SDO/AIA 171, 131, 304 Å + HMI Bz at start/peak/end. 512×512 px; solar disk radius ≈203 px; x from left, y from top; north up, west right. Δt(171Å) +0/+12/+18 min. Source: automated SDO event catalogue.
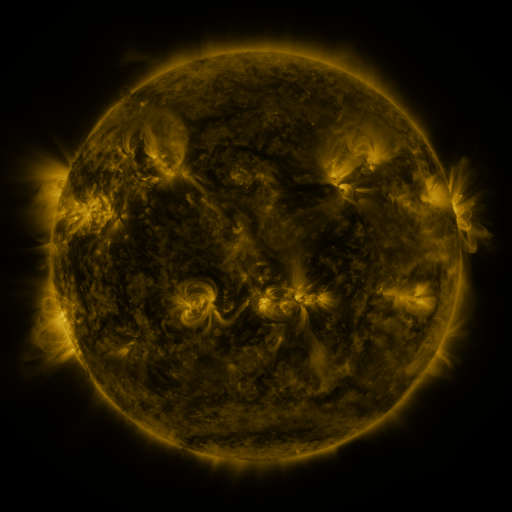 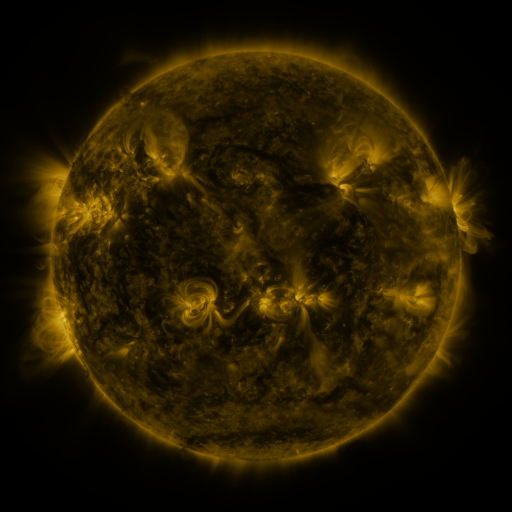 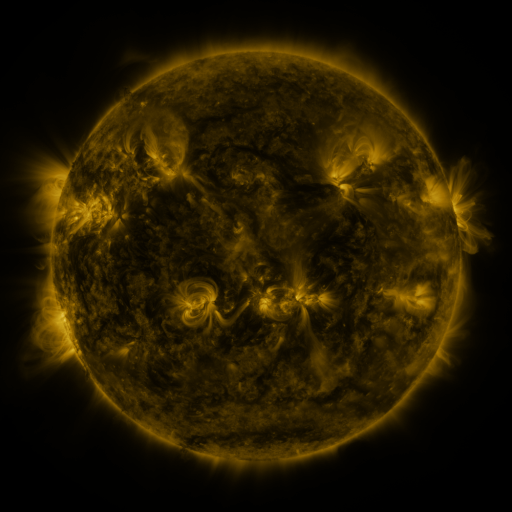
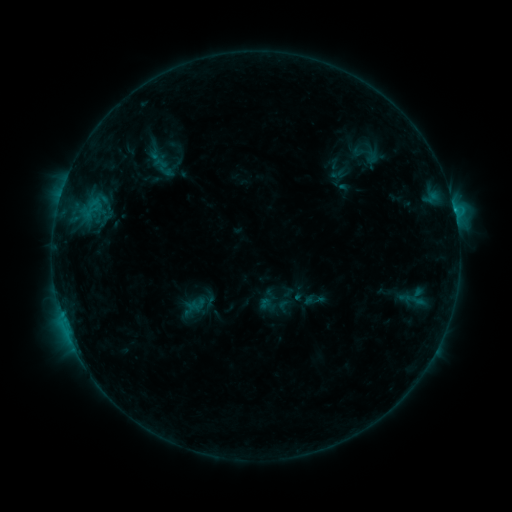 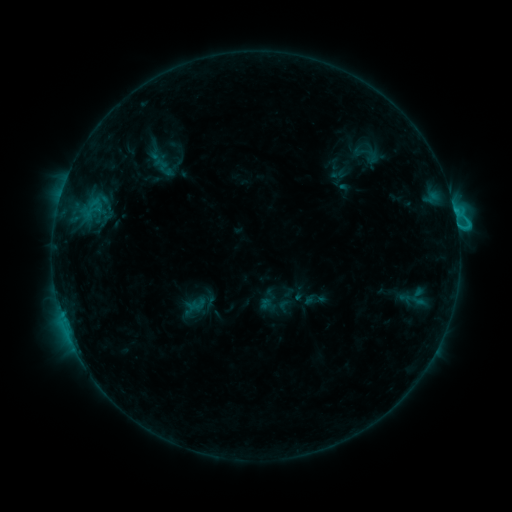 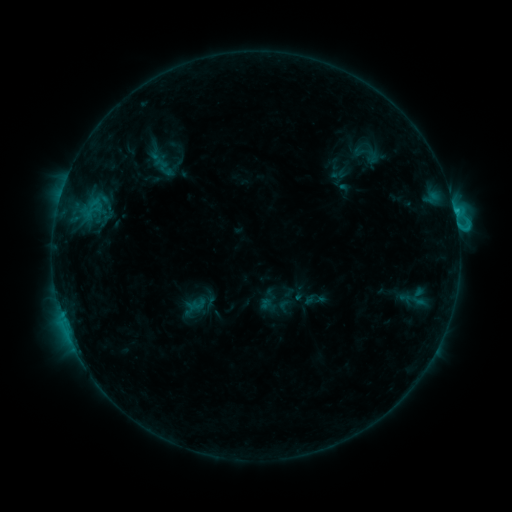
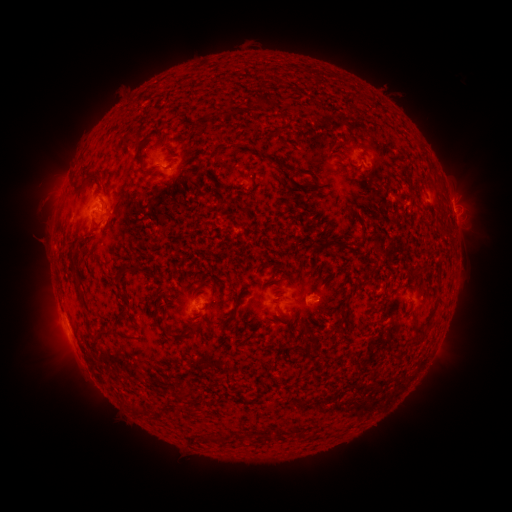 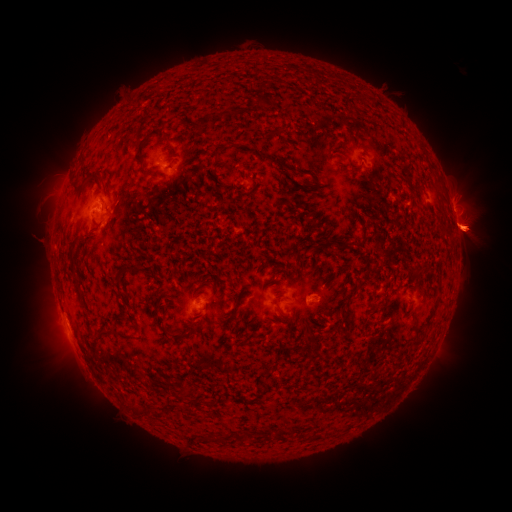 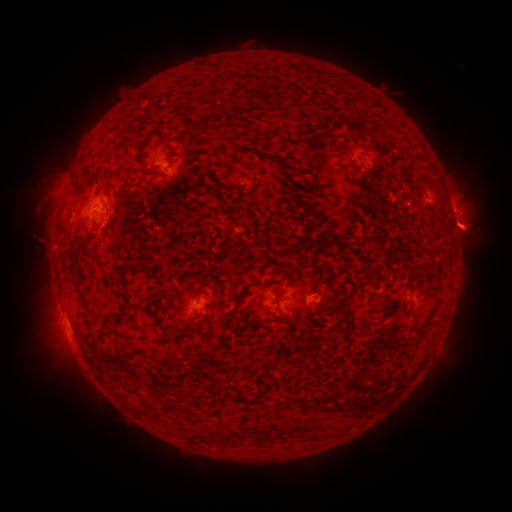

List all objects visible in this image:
eruption: (467, 230)
